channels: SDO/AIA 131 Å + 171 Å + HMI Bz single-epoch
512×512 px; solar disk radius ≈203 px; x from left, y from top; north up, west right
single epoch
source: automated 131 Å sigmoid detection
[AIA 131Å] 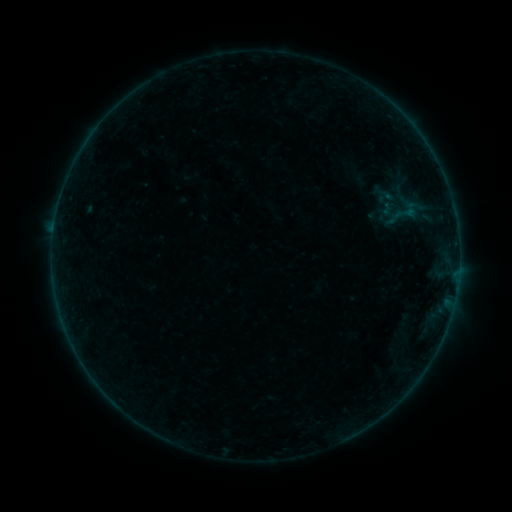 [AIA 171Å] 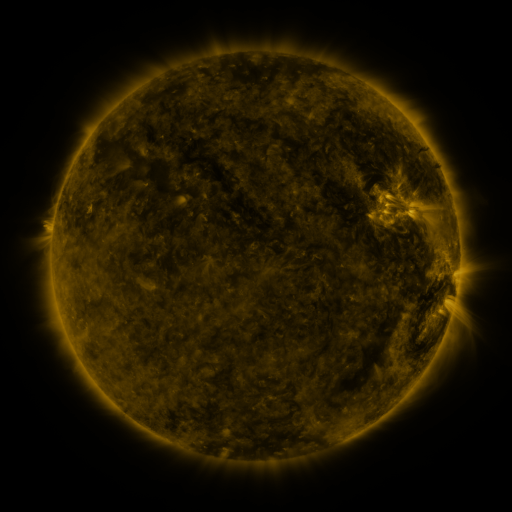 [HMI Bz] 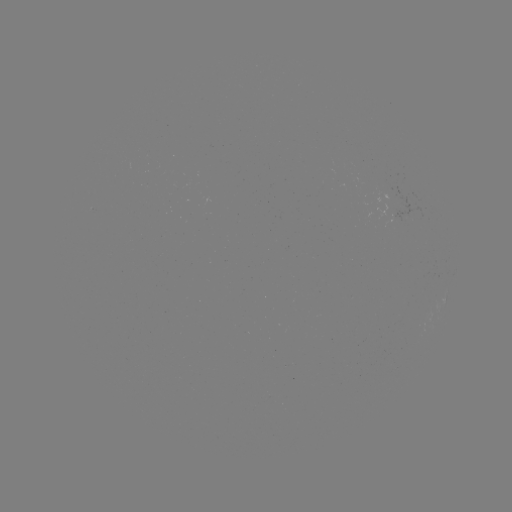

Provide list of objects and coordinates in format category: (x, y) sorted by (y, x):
sigmoid: (406, 213)
